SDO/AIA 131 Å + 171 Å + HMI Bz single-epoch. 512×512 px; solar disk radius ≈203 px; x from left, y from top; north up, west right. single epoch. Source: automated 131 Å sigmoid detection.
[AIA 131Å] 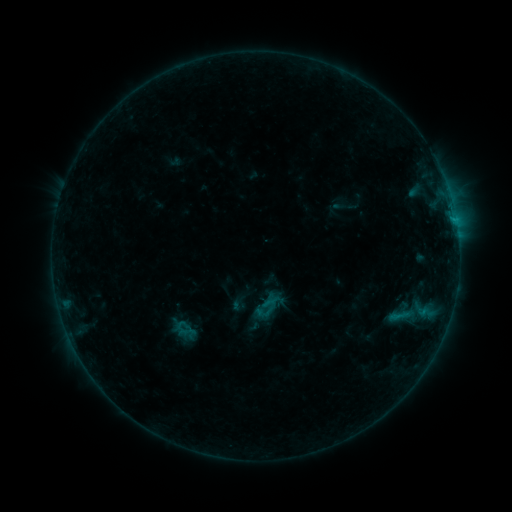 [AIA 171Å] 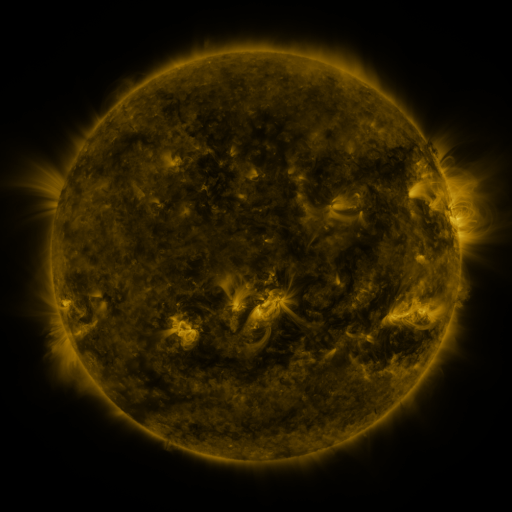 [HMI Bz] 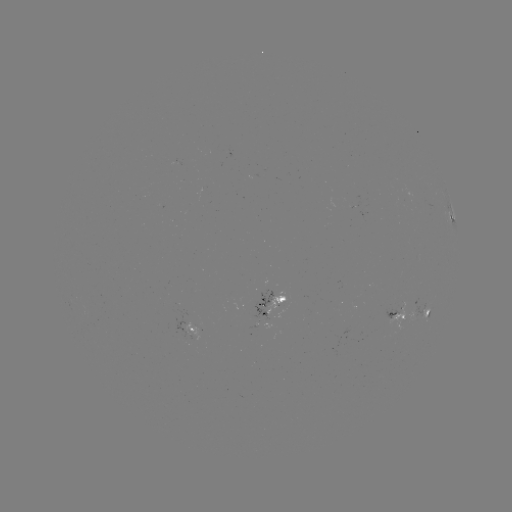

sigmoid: (167, 317, 202, 342)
